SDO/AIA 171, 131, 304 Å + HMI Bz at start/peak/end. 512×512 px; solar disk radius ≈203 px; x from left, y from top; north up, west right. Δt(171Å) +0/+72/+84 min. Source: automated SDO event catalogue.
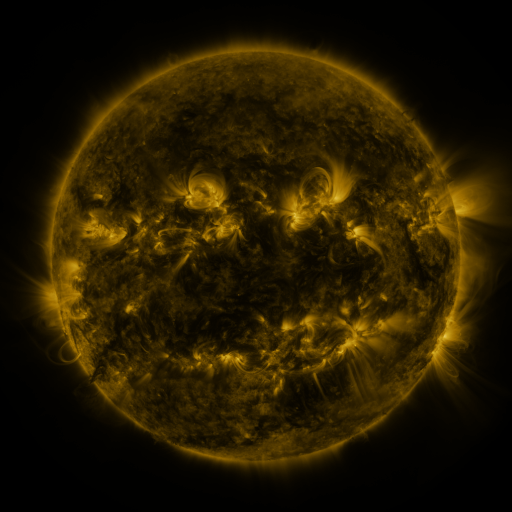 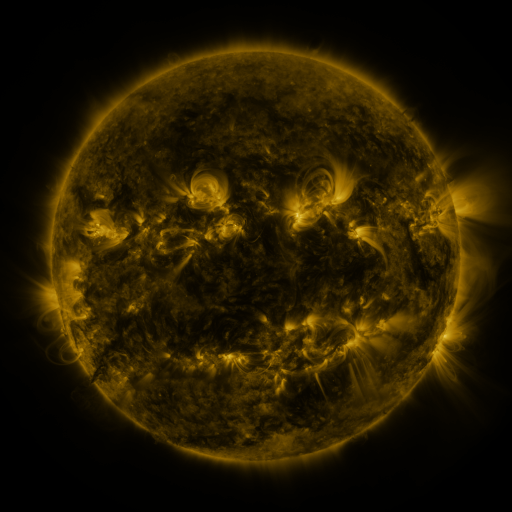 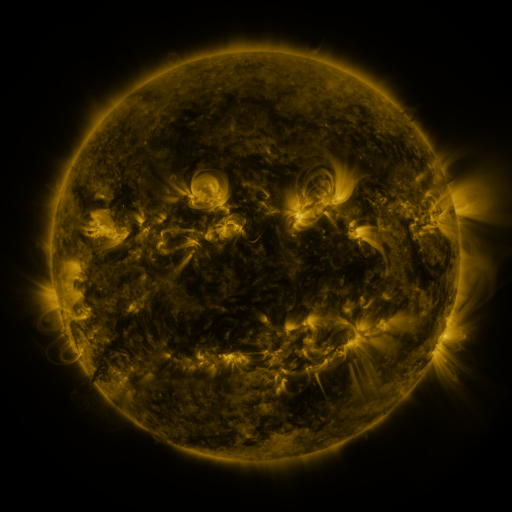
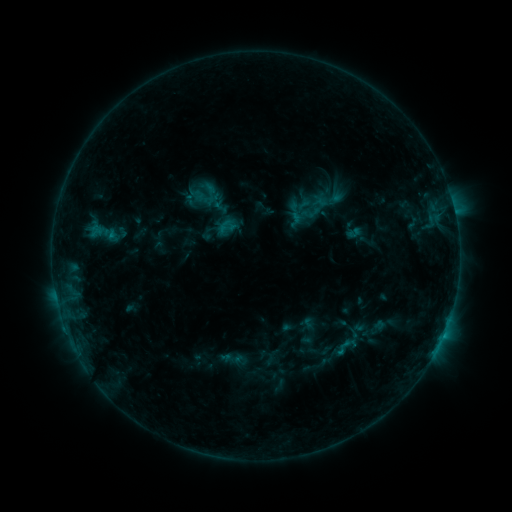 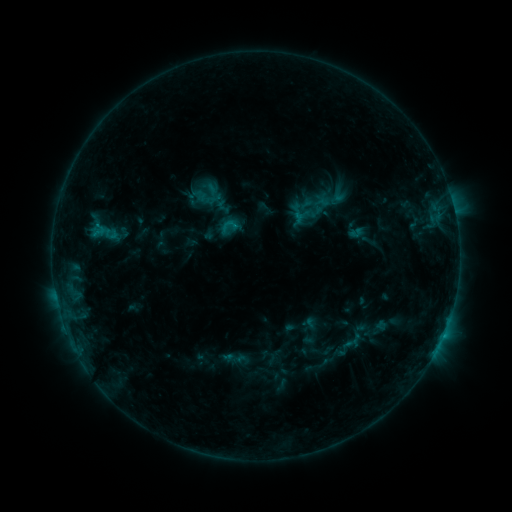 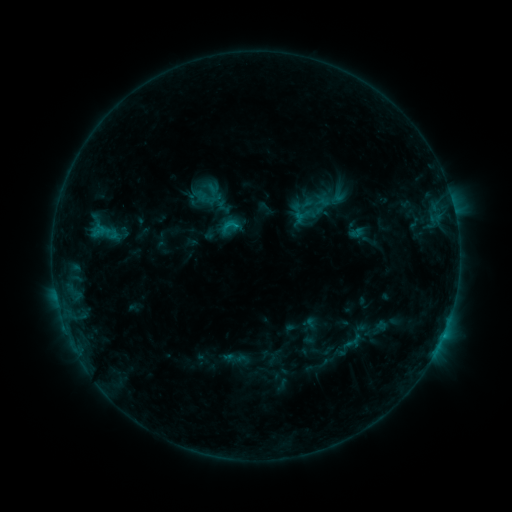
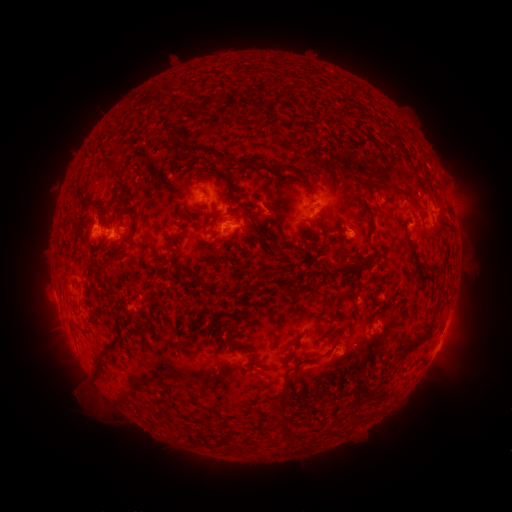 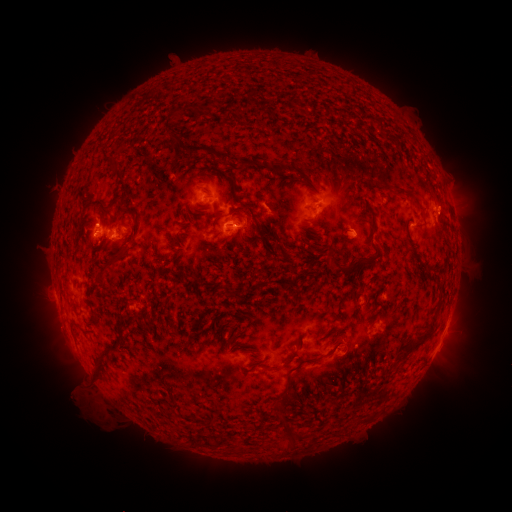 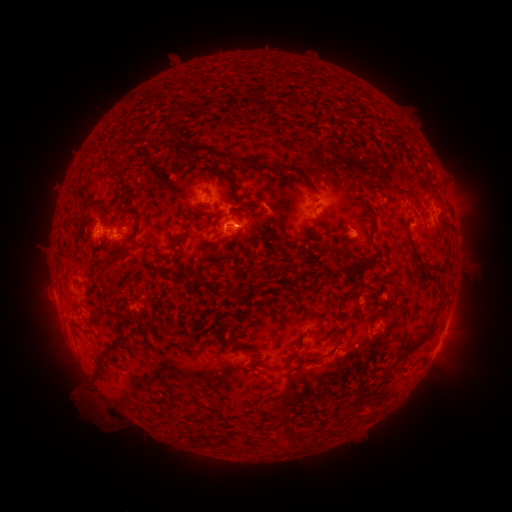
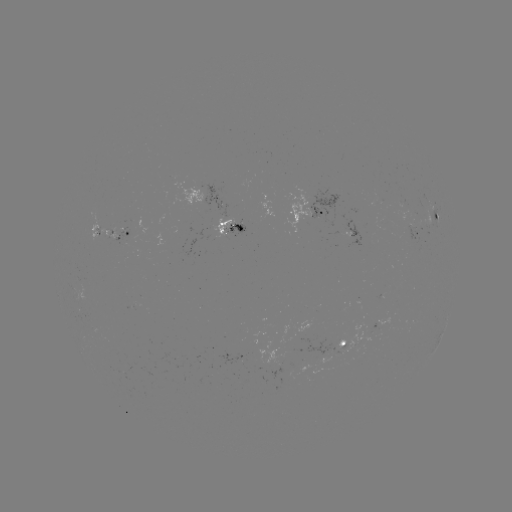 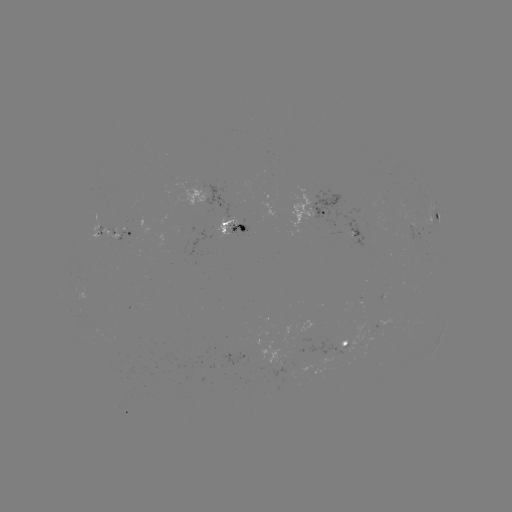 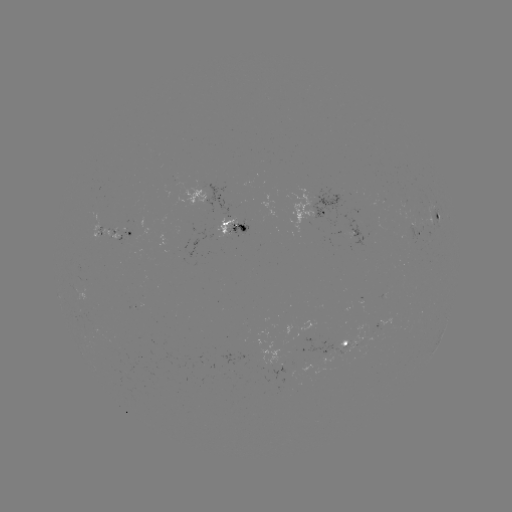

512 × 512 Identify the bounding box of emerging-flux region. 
[302, 338, 333, 356].